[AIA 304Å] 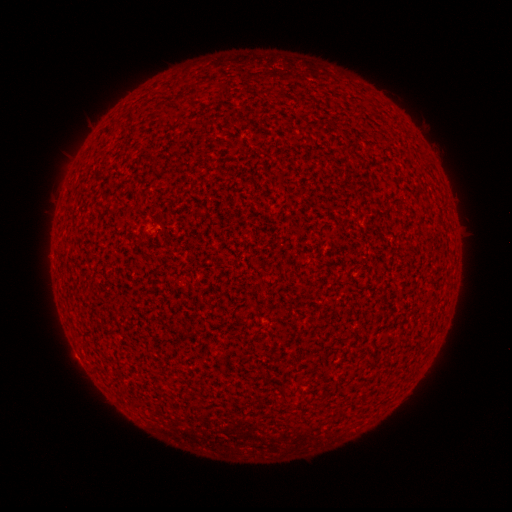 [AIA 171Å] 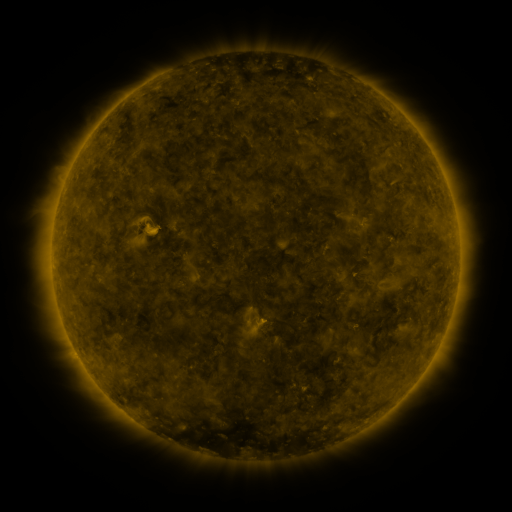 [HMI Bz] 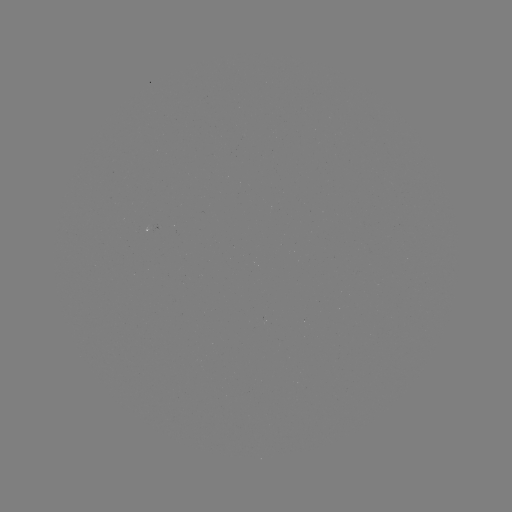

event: spotted active region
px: (154, 225)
